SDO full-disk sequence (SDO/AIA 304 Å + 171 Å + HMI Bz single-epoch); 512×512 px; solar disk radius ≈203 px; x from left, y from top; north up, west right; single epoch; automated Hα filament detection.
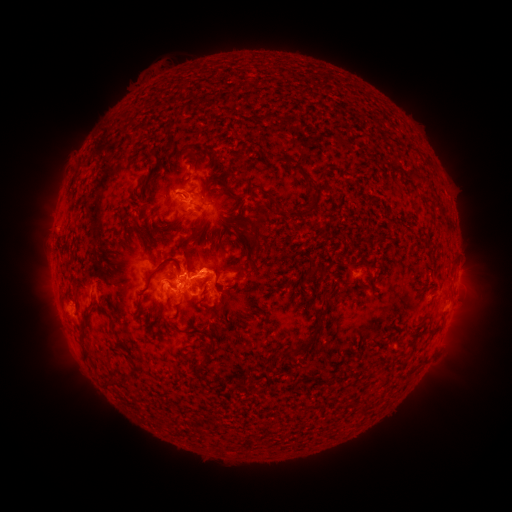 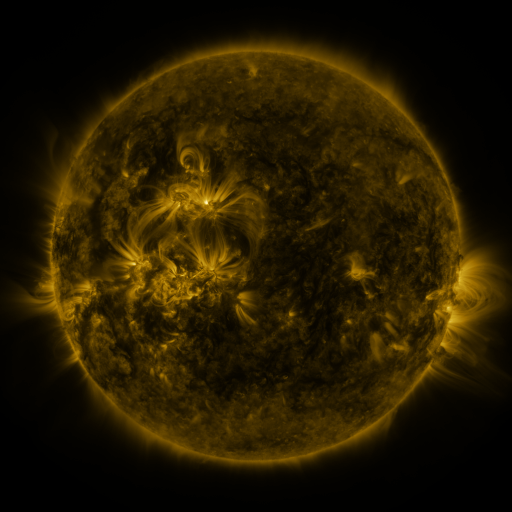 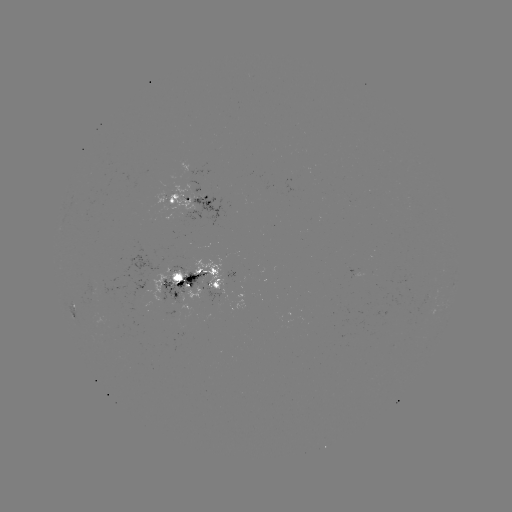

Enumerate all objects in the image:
filament: (174, 95)
filament: (362, 140)
filament: (297, 169)
filament: (322, 174)
filament: (141, 183)
filament: (389, 189)
filament: (132, 194)
filament: (339, 199)
filament: (312, 204)
filament: (176, 221)
filament: (202, 227)
filament: (220, 247)
filament: (187, 249)
filament: (128, 252)
filament: (116, 263)
filament: (247, 263)
filament: (160, 267)
filament: (238, 269)
filament: (314, 271)
filament: (347, 296)
filament: (315, 316)
filament: (351, 321)
filament: (150, 322)
filament: (337, 322)
filament: (113, 323)
filament: (216, 329)
filament: (184, 331)
filament: (284, 349)
filament: (242, 385)
